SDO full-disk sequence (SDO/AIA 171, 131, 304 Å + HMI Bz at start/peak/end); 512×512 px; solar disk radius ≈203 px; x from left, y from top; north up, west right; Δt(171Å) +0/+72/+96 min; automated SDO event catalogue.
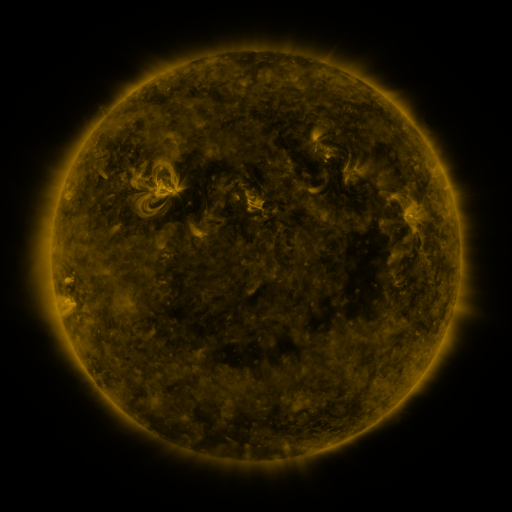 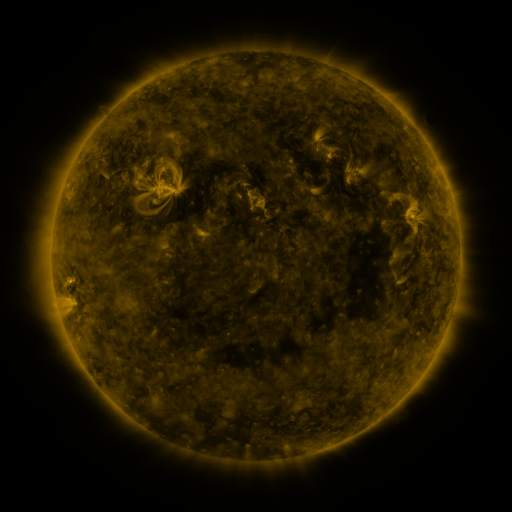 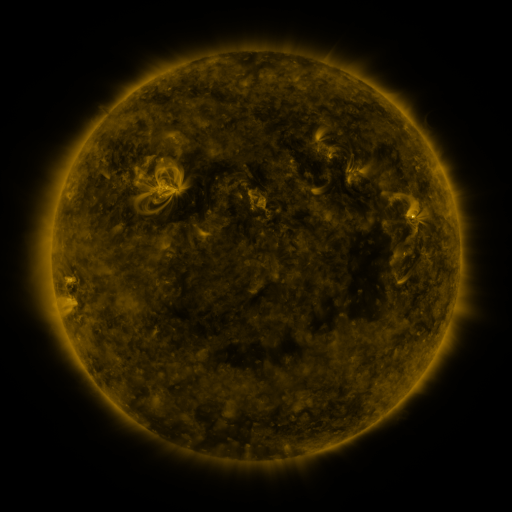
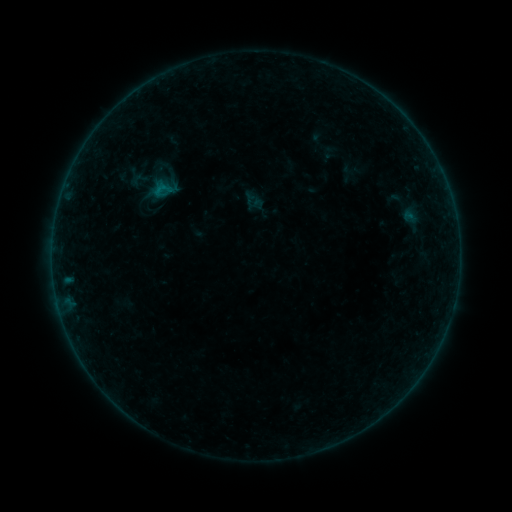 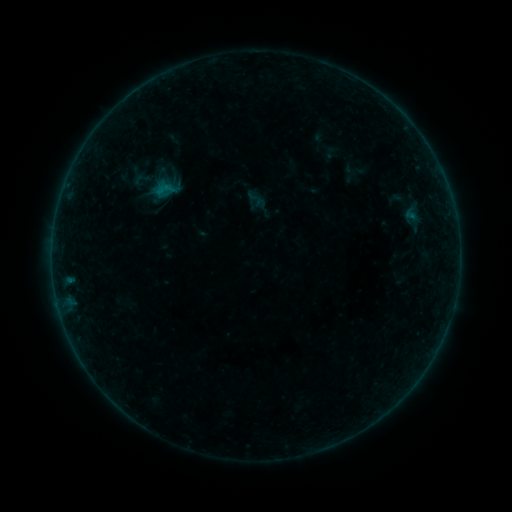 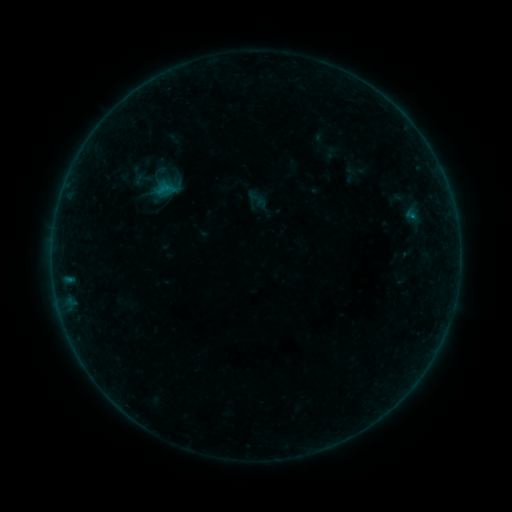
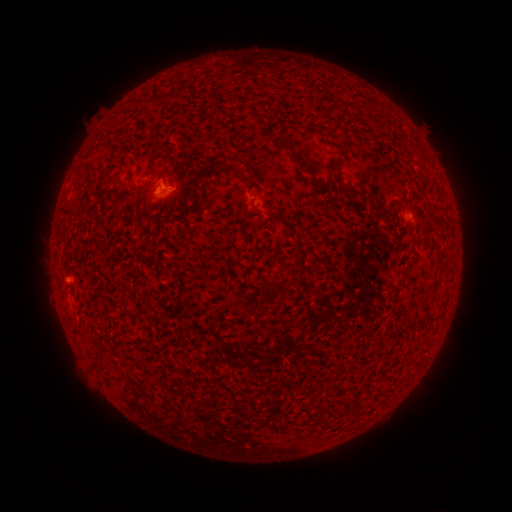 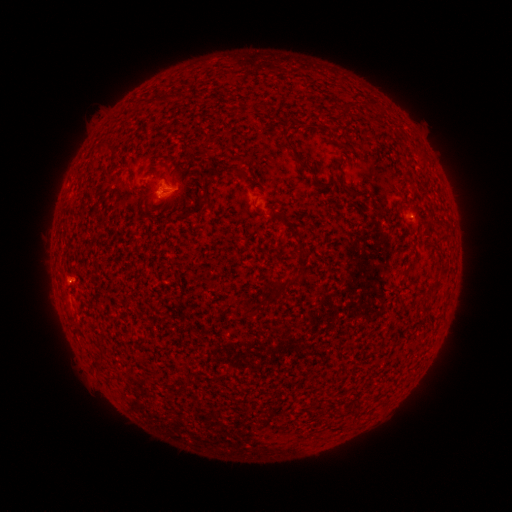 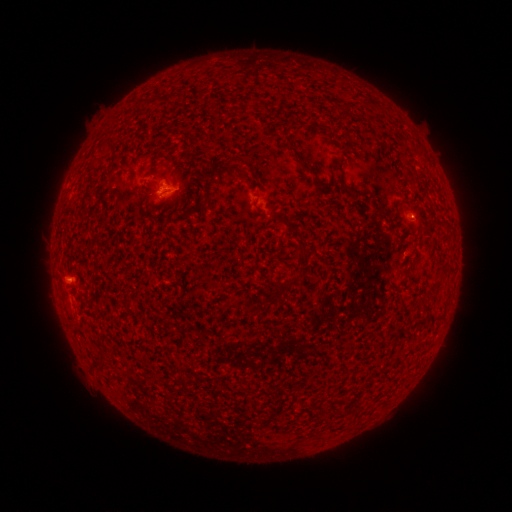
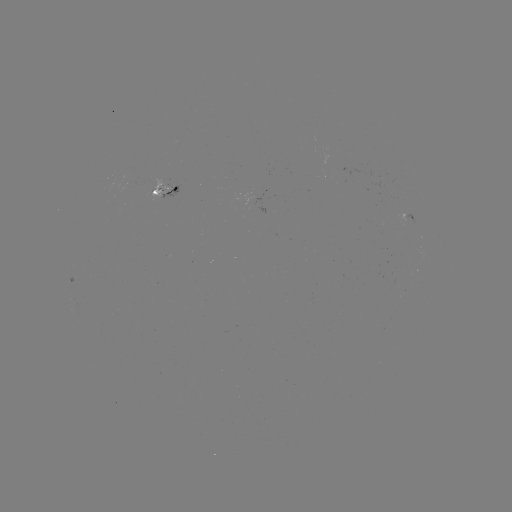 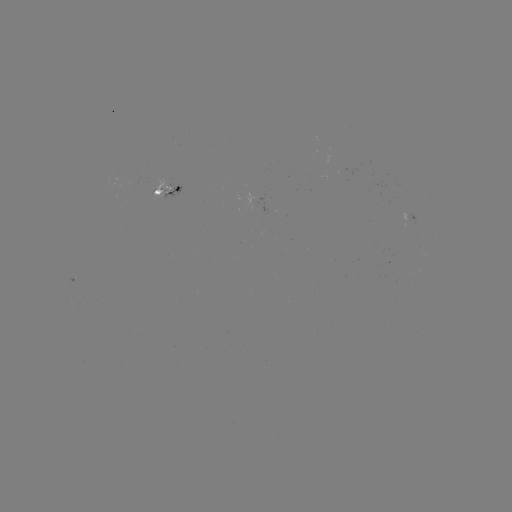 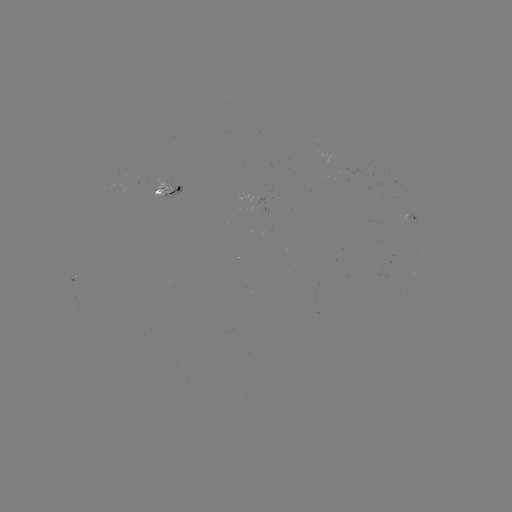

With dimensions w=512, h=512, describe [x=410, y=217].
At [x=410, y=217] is emerging-flux region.